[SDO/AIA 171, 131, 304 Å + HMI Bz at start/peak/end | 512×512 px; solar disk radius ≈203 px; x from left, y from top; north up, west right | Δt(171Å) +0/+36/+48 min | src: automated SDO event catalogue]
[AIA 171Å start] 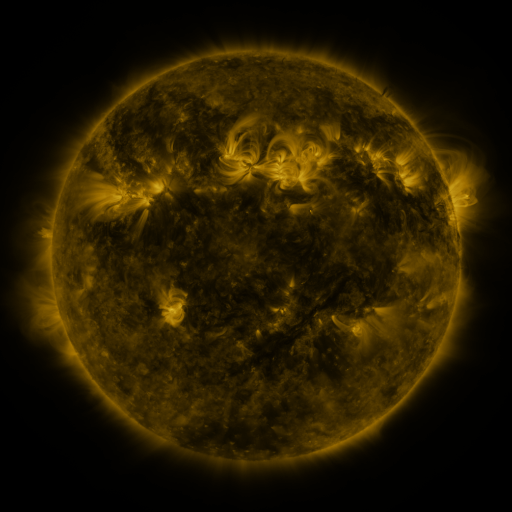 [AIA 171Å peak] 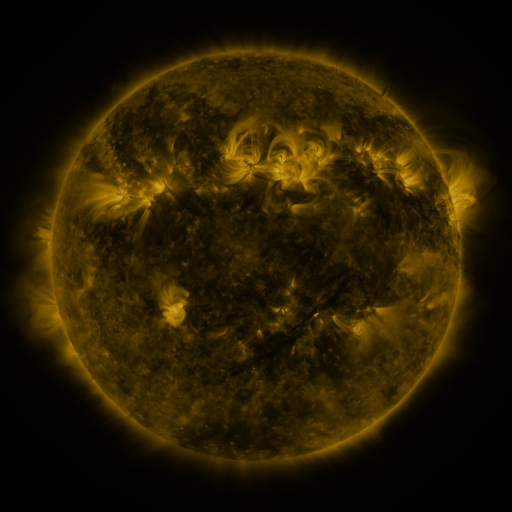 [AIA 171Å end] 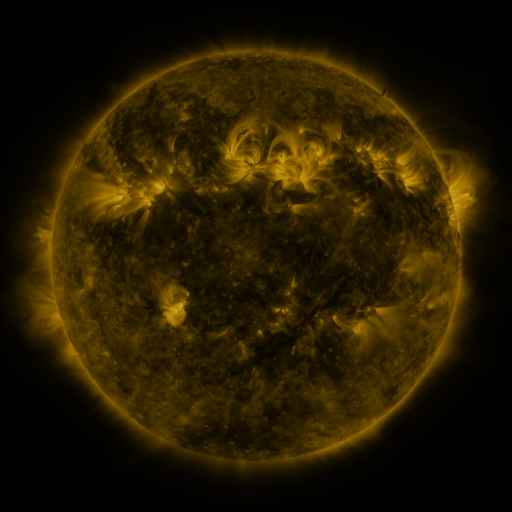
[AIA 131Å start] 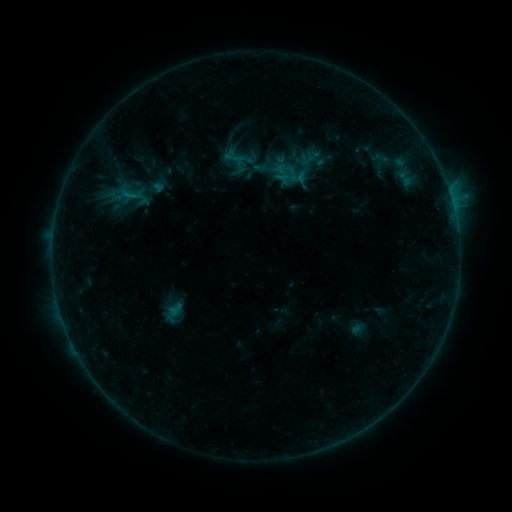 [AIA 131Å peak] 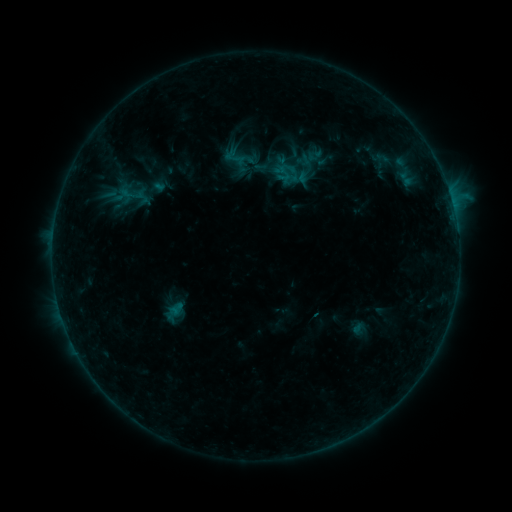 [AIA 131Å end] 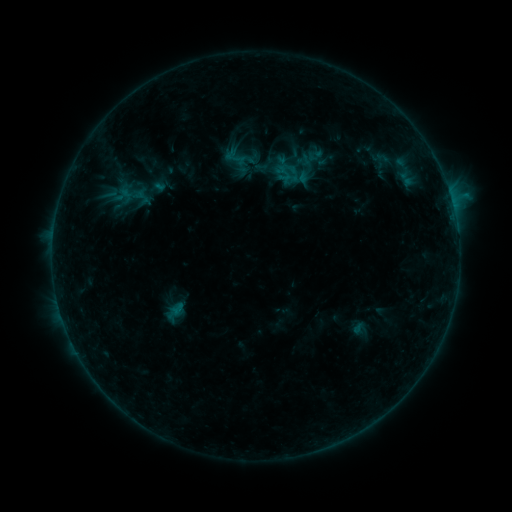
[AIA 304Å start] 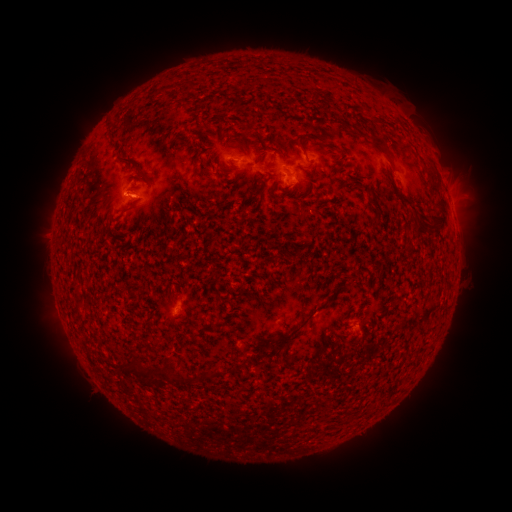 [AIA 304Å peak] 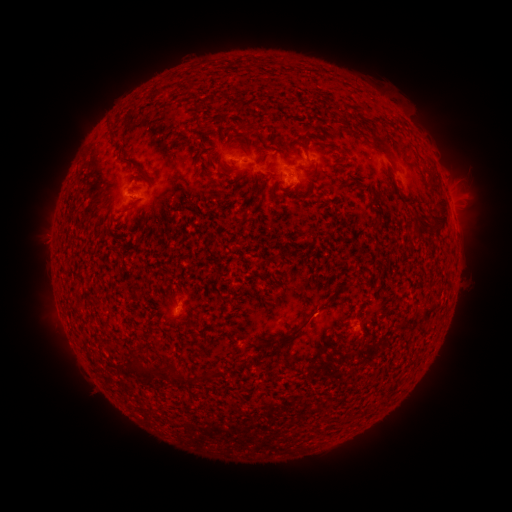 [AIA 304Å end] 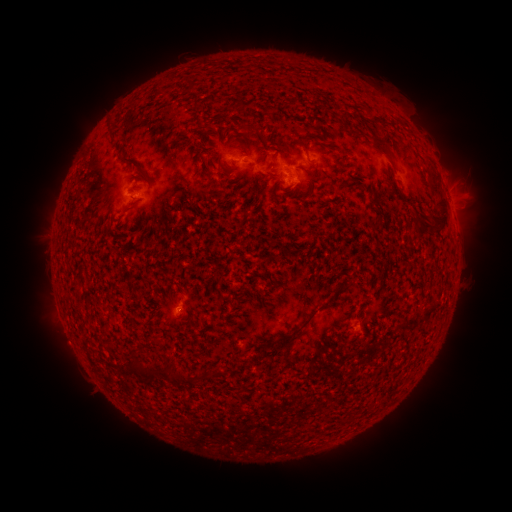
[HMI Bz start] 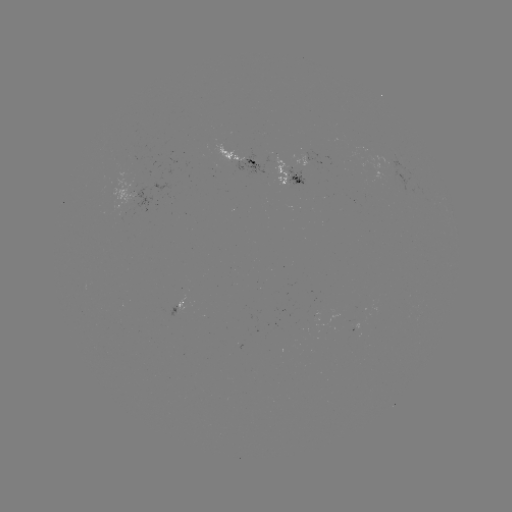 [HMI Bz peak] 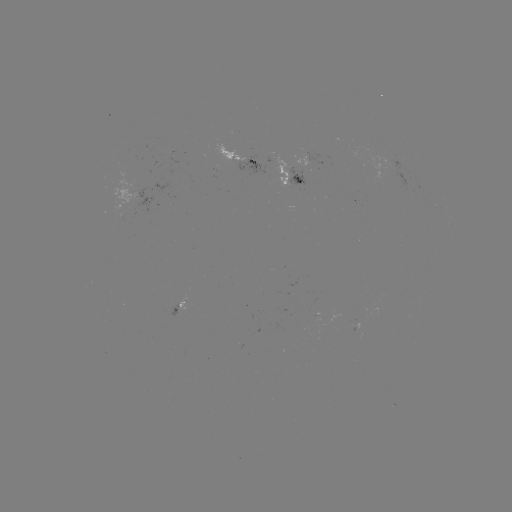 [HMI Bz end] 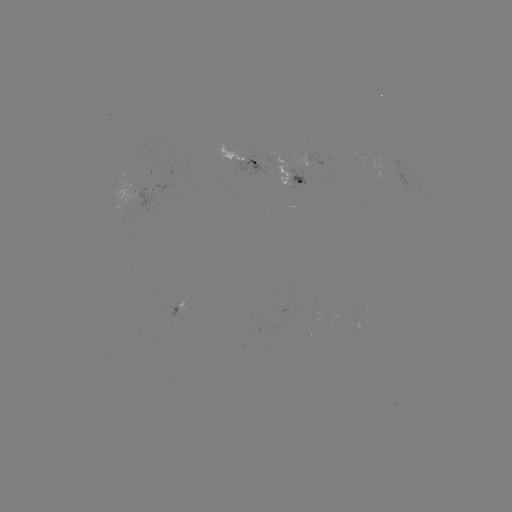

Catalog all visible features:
emerging-flux region: (235, 158)
